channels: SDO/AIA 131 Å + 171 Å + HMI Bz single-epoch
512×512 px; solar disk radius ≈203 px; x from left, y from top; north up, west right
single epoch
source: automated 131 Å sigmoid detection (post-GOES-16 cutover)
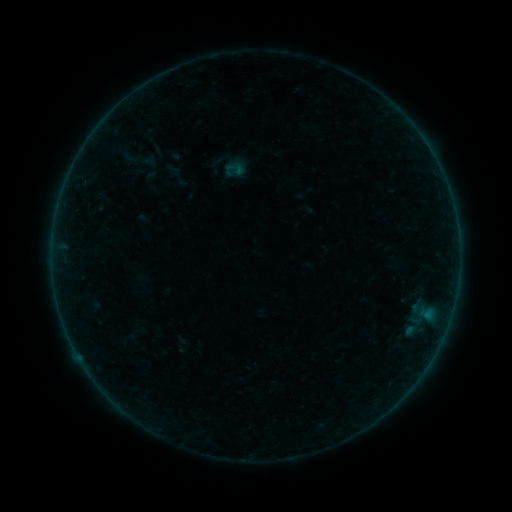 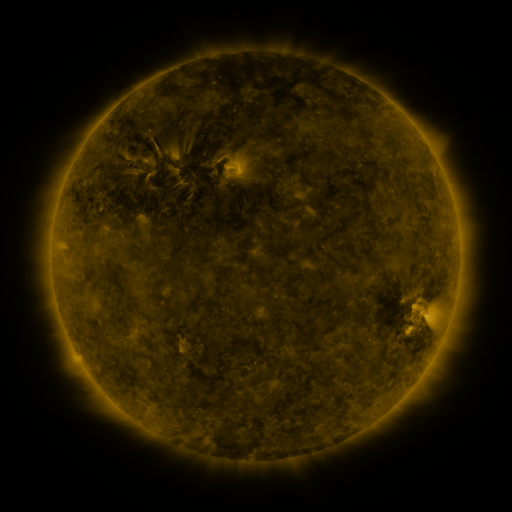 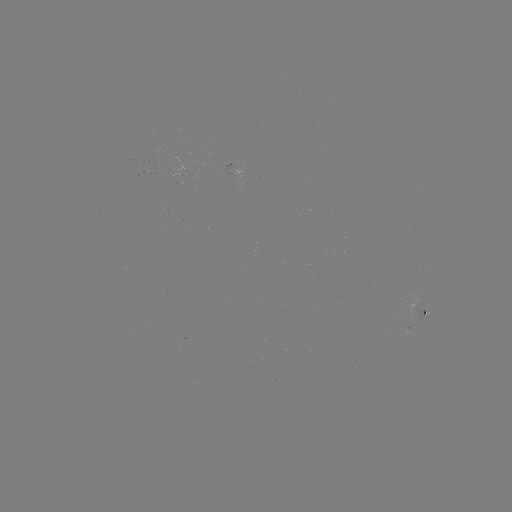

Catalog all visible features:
sigmoid: (233, 168)
